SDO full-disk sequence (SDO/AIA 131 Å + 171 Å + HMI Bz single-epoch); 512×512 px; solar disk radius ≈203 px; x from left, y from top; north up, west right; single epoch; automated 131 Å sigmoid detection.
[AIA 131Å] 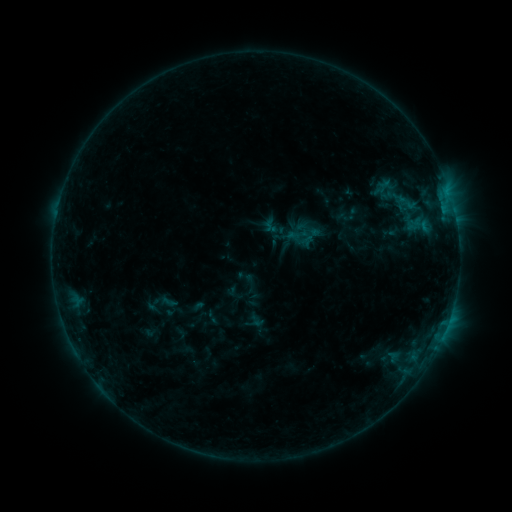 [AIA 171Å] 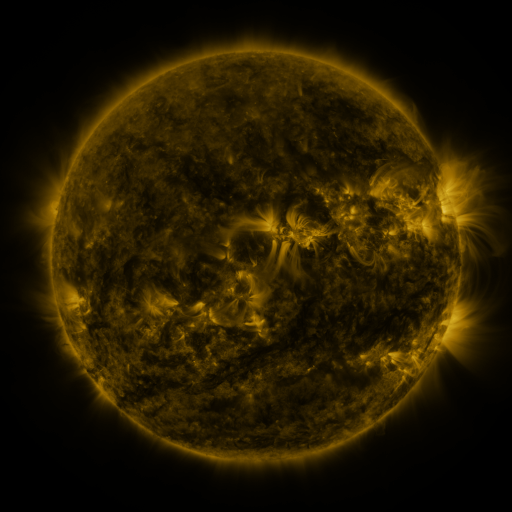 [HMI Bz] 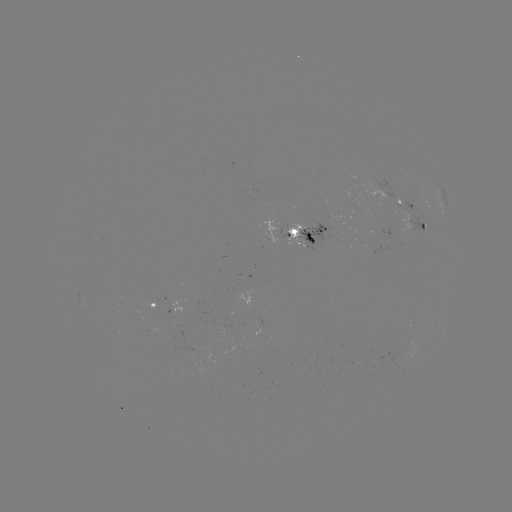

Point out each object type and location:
sigmoid: [294, 213, 323, 240]
sigmoid: [293, 232, 310, 249]
